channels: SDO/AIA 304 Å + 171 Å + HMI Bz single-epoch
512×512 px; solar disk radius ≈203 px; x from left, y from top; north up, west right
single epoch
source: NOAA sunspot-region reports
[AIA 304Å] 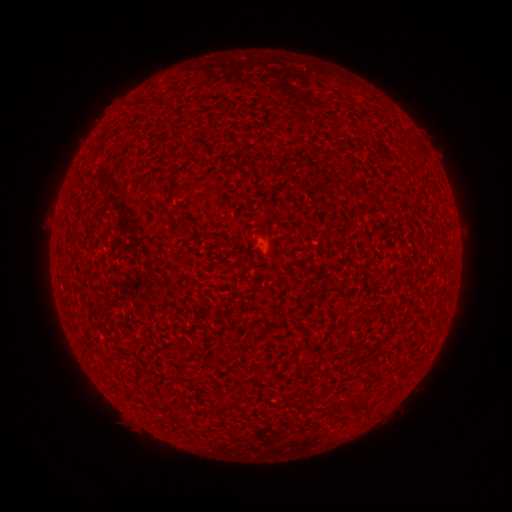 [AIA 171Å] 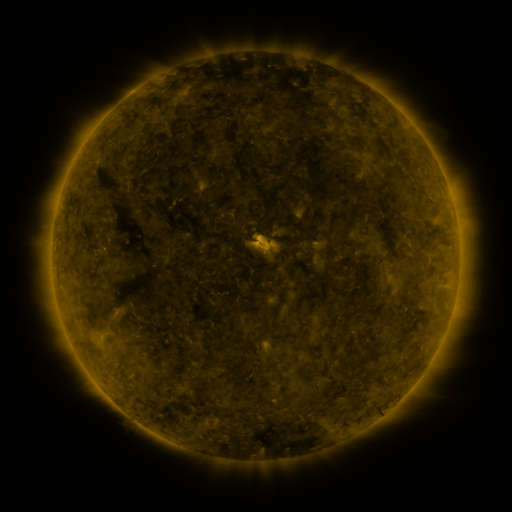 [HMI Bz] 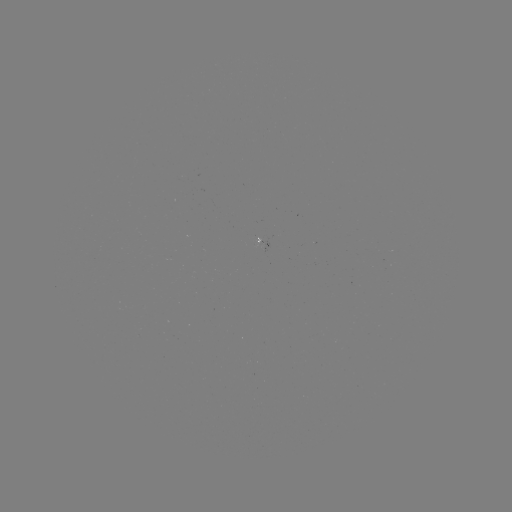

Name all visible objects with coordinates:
spotted active region: (266, 240)
